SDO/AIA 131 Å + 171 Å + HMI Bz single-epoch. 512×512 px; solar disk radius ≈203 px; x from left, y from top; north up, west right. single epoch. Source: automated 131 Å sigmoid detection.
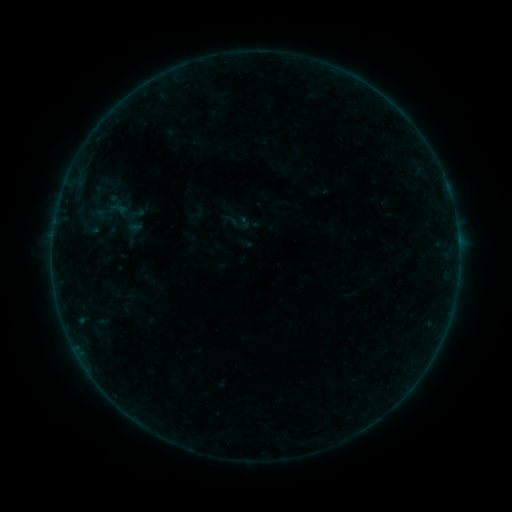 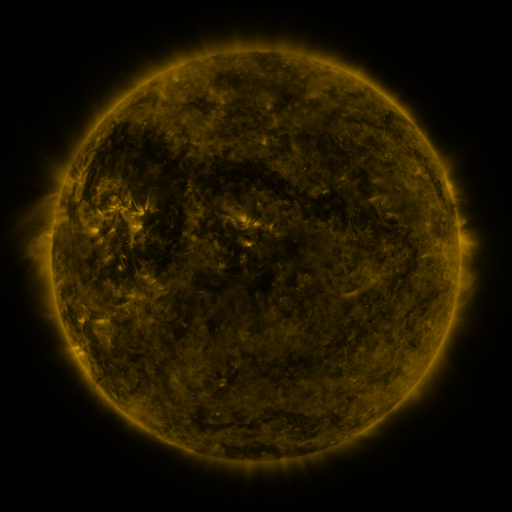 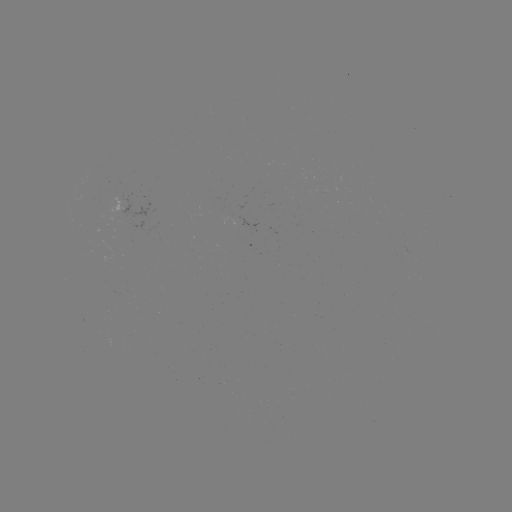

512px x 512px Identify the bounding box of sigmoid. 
[224, 209, 251, 236].